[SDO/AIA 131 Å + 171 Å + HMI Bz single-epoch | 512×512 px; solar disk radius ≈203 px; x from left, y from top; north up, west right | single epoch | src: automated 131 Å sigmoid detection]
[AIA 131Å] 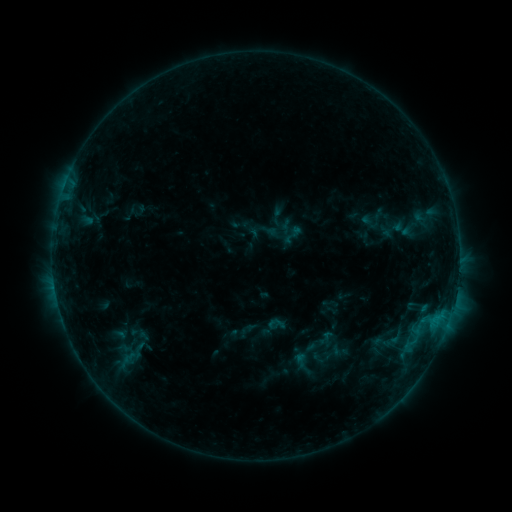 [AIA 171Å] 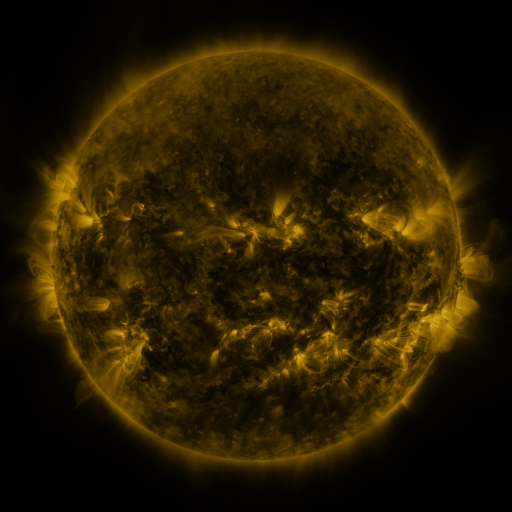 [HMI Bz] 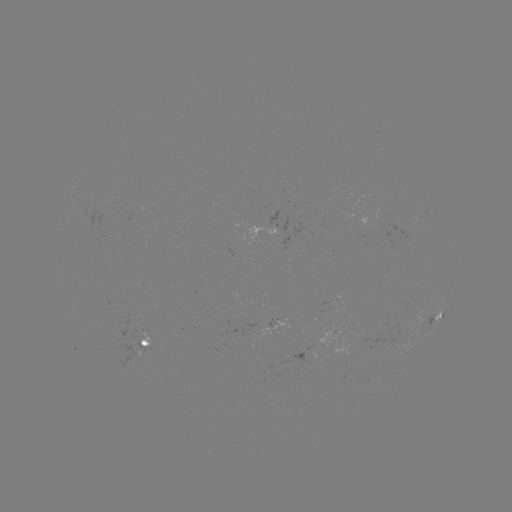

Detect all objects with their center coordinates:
sigmoid: (294, 235)
sigmoid: (276, 324)
sigmoid: (303, 364)
